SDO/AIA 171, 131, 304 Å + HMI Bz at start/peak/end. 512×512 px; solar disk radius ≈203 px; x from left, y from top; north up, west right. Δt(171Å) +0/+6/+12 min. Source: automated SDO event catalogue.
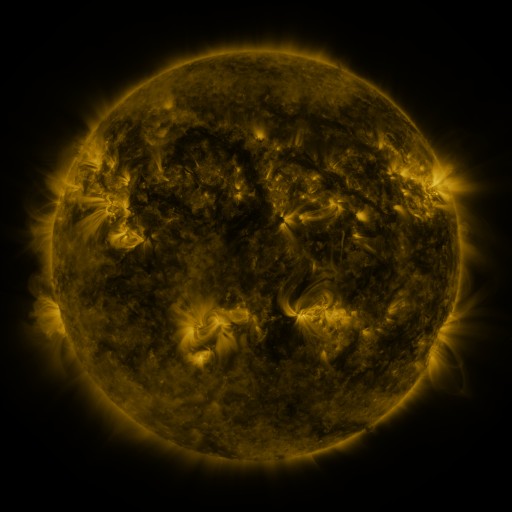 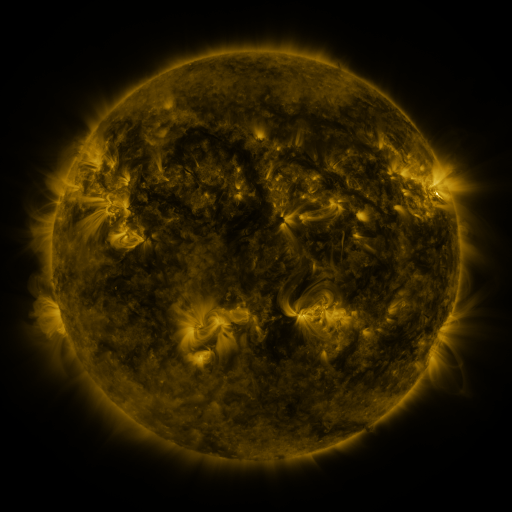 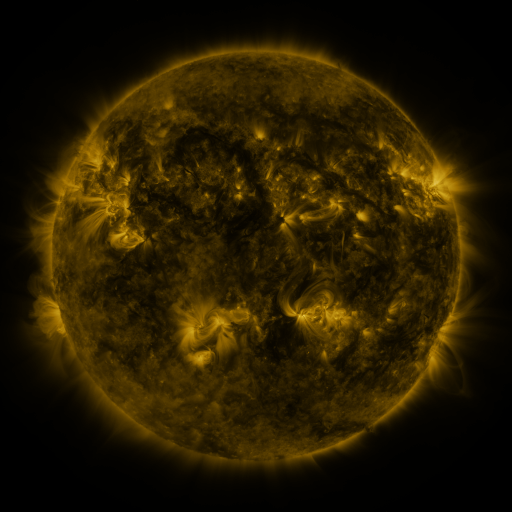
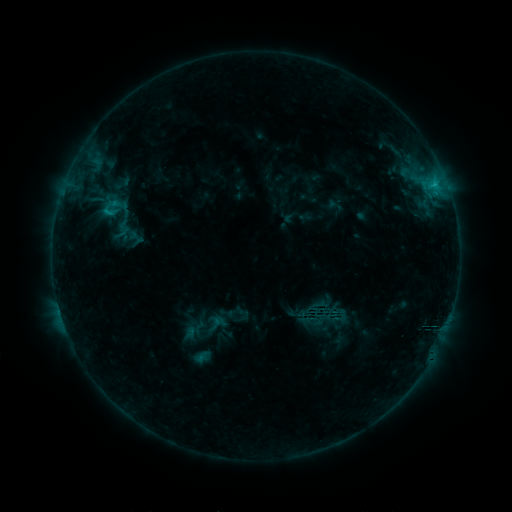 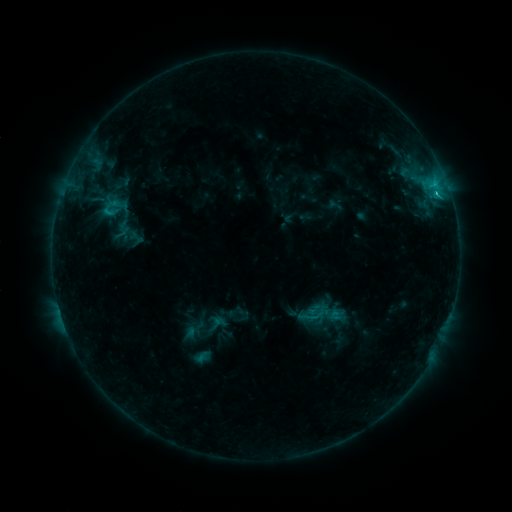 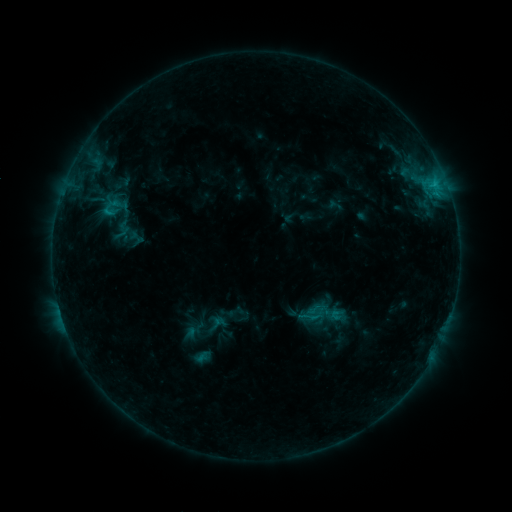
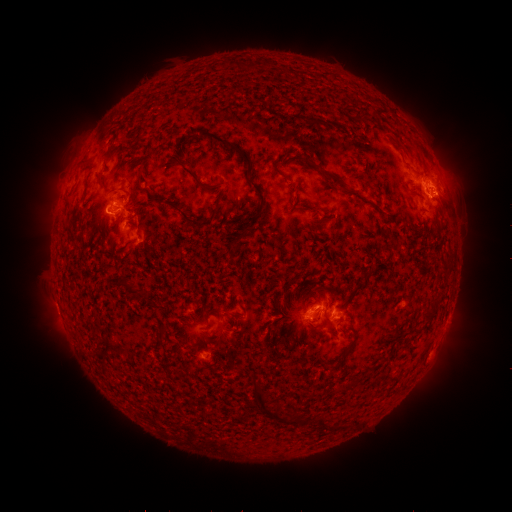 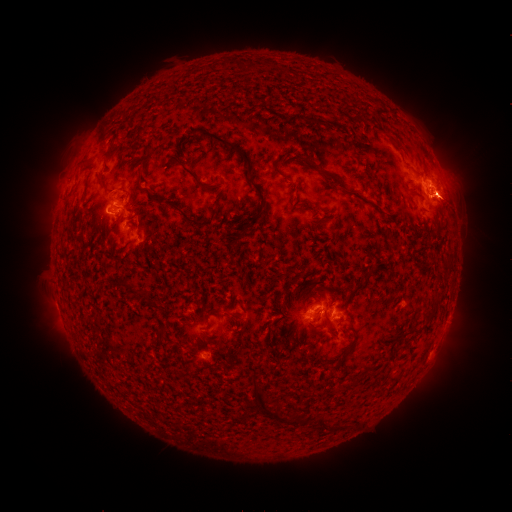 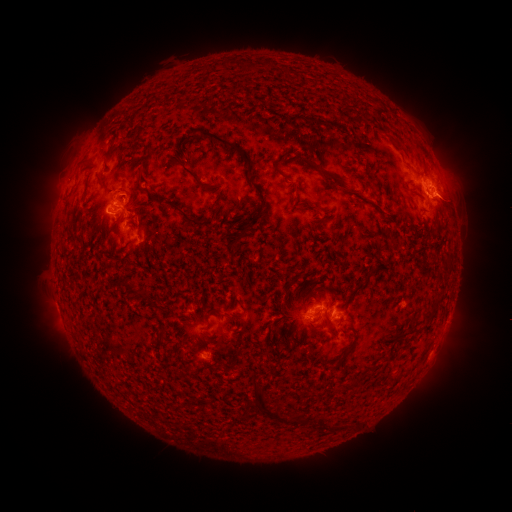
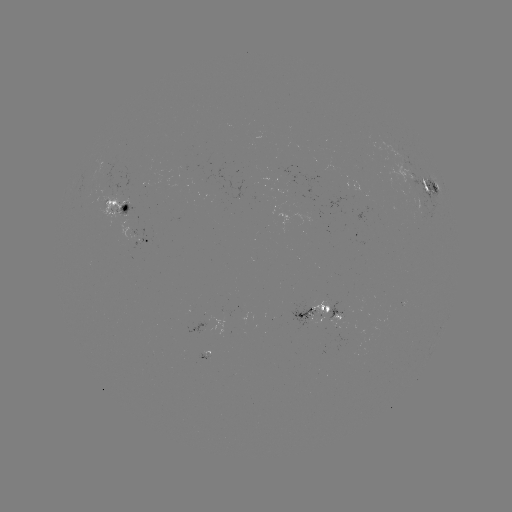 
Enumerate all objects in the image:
eruption: (454, 201)
